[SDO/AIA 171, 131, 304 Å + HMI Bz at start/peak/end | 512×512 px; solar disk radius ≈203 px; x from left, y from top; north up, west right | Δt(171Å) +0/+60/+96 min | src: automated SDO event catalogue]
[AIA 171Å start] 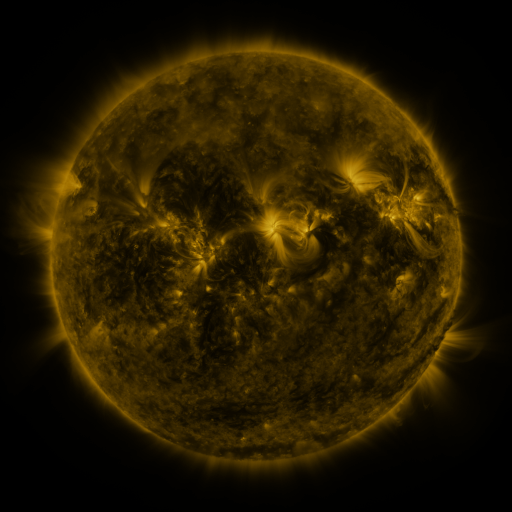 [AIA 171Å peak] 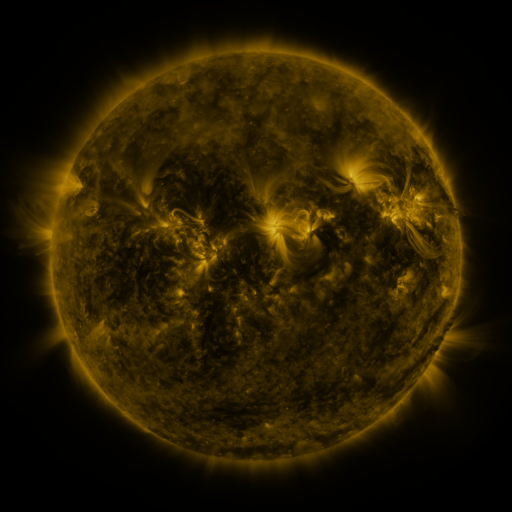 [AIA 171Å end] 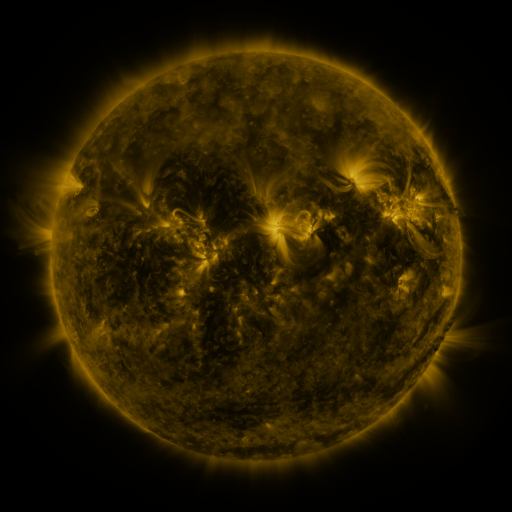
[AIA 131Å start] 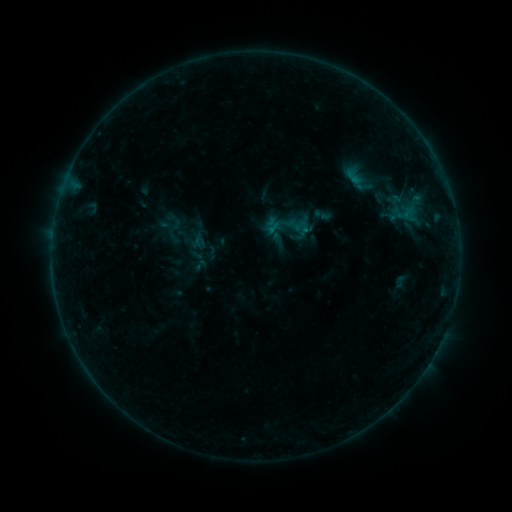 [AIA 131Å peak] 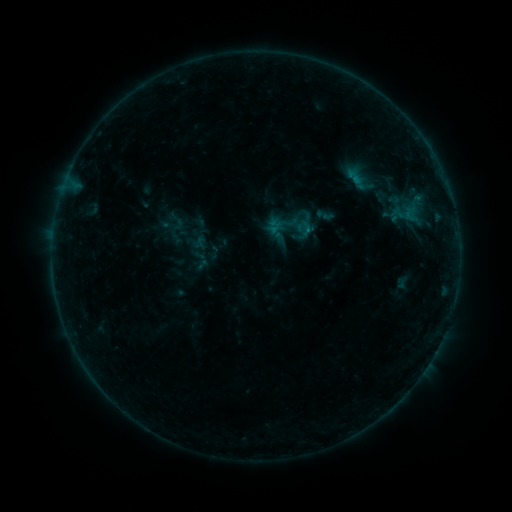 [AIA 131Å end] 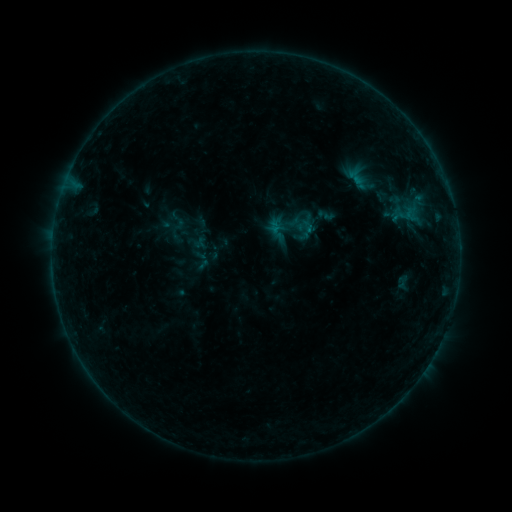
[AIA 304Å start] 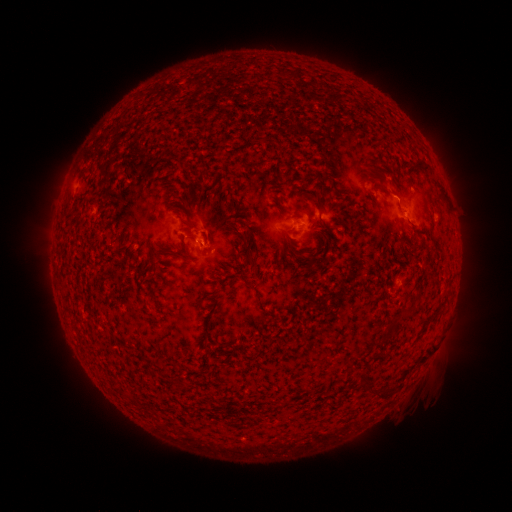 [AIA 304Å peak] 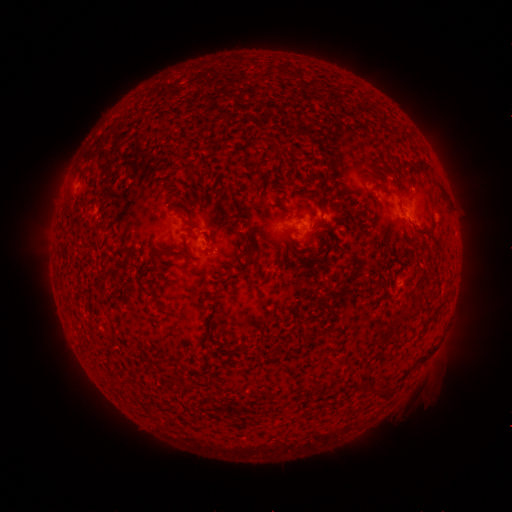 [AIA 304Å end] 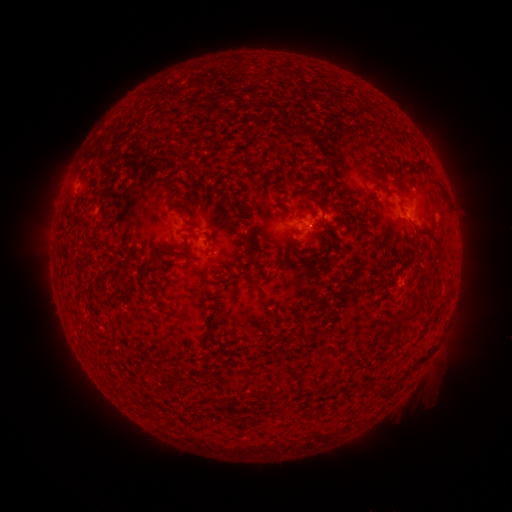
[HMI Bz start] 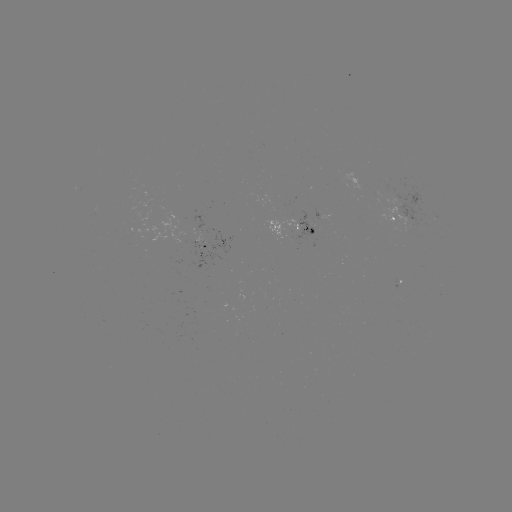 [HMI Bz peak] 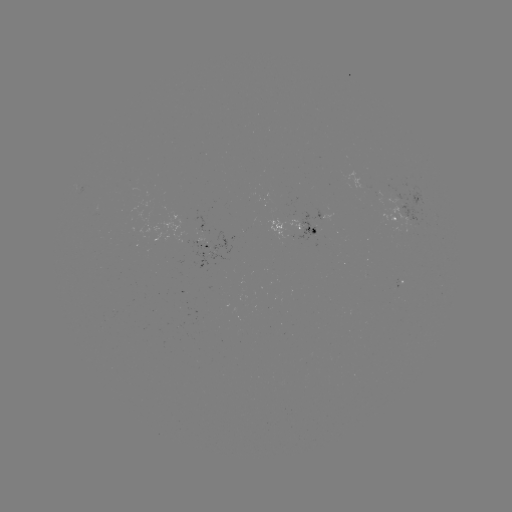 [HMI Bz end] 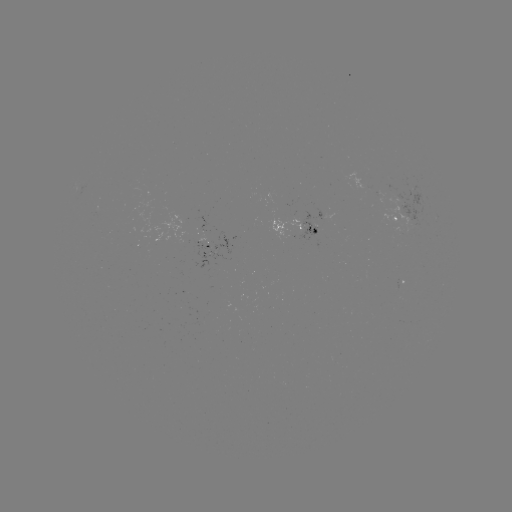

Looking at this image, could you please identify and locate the emerging-flux region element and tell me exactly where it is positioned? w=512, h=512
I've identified emerging-flux region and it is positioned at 386,192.